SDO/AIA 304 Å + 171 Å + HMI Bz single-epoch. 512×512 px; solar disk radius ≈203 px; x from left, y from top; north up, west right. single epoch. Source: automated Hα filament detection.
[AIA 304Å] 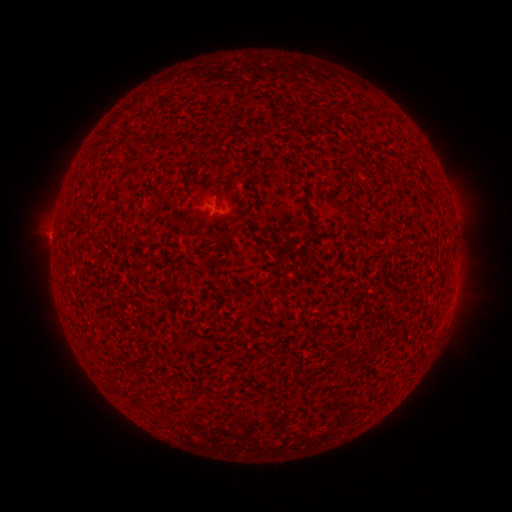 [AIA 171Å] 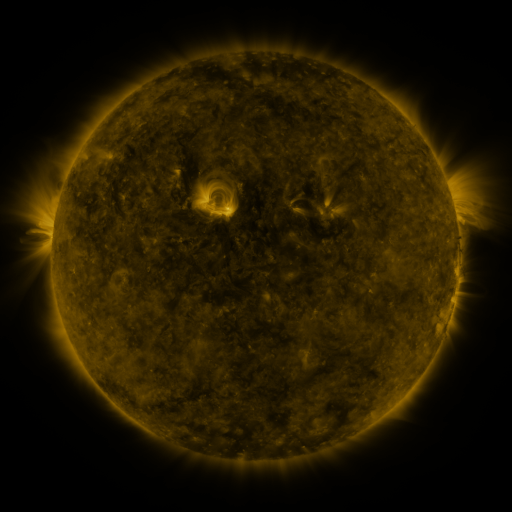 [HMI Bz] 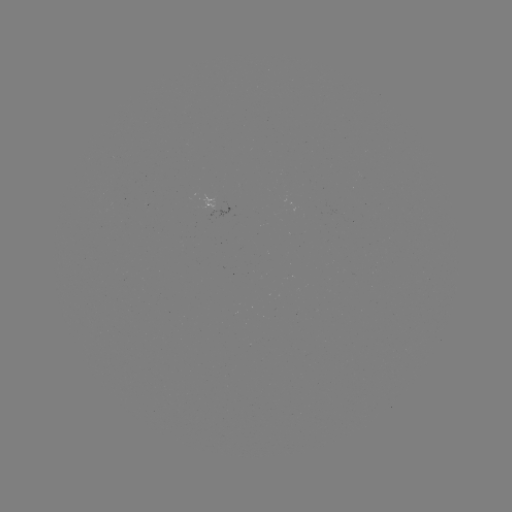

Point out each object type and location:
filament: <bbox>134, 138, 142, 148</bbox>
